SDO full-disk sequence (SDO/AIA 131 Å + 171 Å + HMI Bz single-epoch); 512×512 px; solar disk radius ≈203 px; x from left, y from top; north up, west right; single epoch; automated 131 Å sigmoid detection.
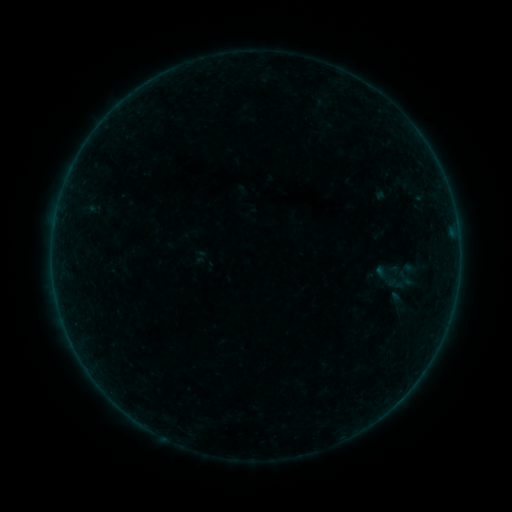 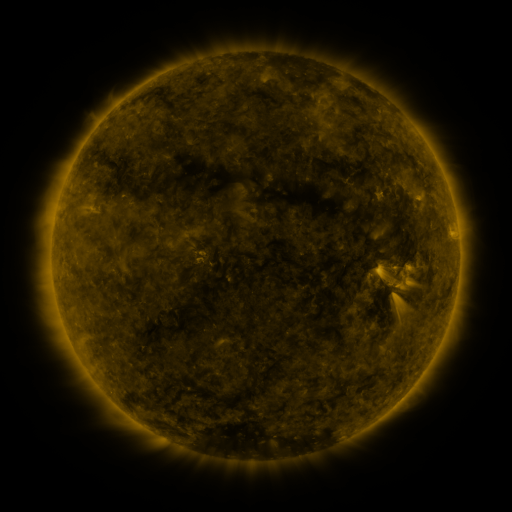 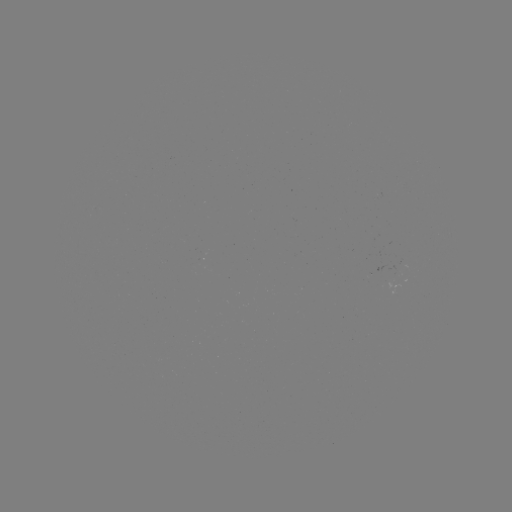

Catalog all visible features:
sigmoid: (398, 274)
